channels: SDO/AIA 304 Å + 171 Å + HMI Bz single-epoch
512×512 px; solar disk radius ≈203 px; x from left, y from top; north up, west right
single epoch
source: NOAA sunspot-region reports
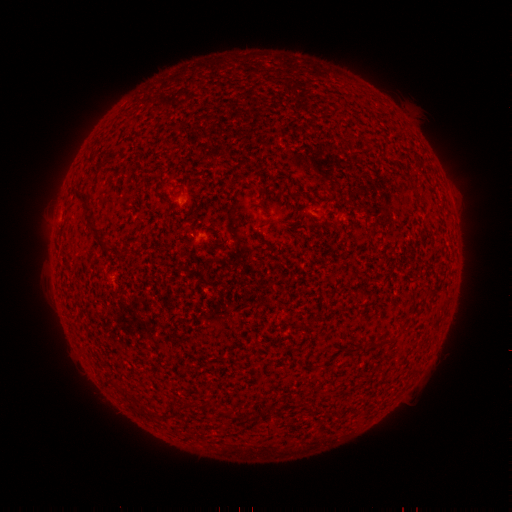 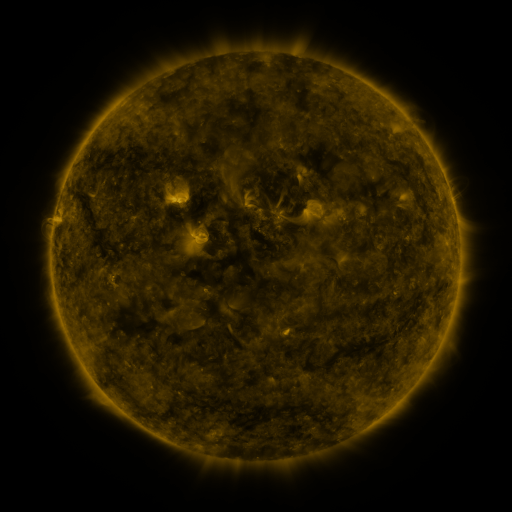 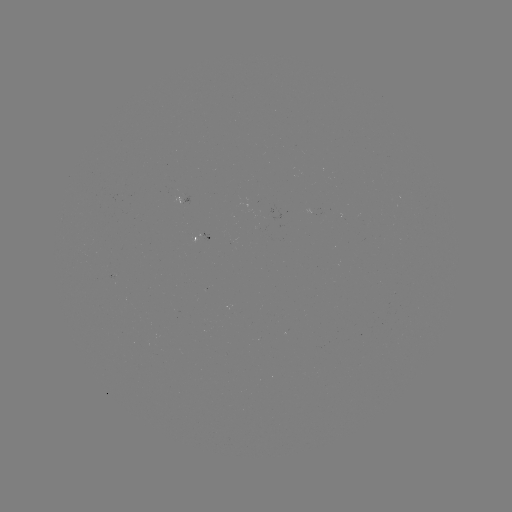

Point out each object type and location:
spotted active region: (203, 236)
